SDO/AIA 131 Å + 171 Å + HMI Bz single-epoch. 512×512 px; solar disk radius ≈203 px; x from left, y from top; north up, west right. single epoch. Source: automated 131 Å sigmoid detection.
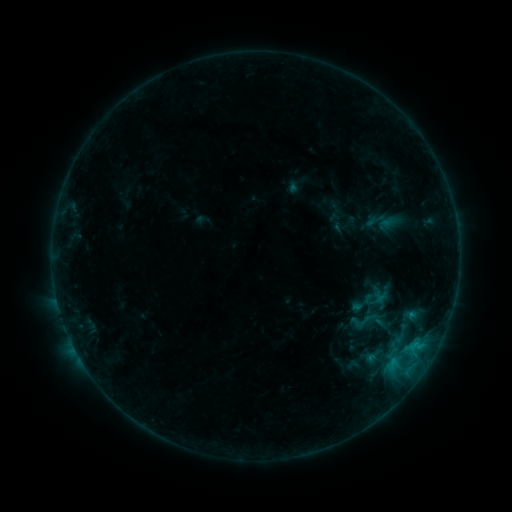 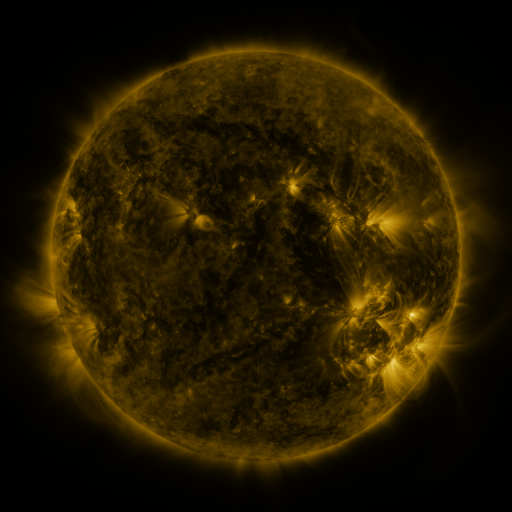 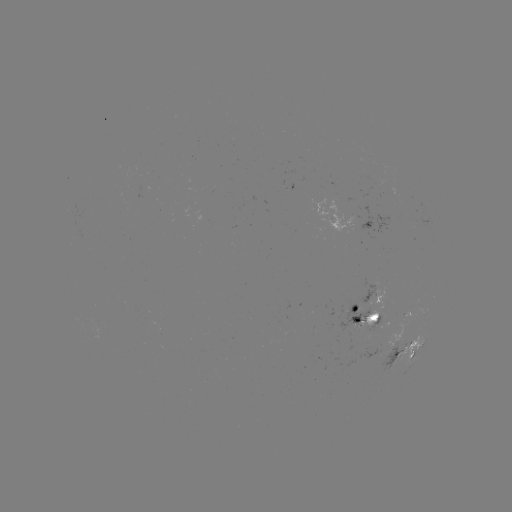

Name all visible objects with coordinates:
sigmoid: <bbox>352, 311, 375, 334</bbox>
